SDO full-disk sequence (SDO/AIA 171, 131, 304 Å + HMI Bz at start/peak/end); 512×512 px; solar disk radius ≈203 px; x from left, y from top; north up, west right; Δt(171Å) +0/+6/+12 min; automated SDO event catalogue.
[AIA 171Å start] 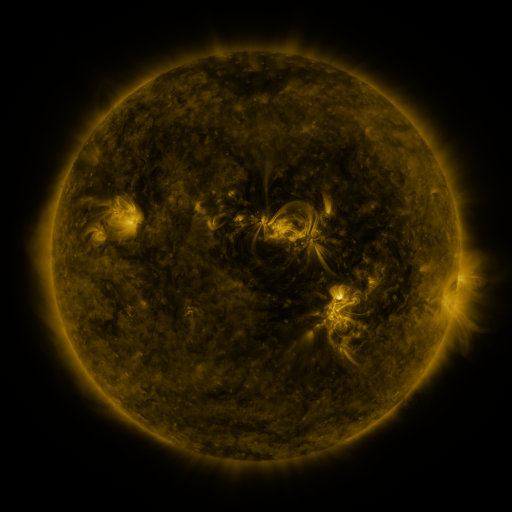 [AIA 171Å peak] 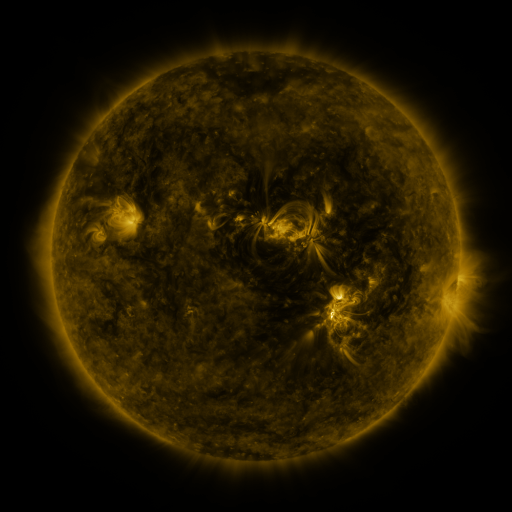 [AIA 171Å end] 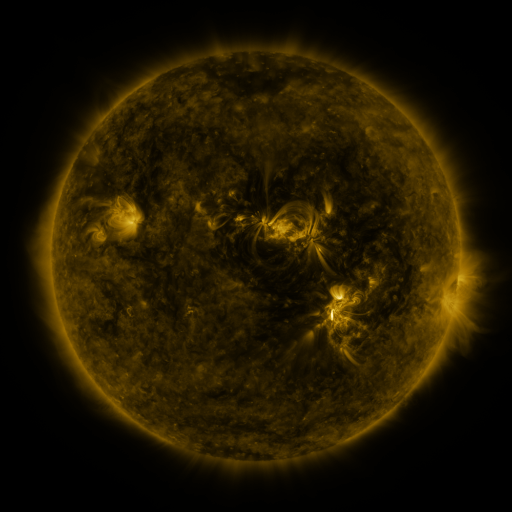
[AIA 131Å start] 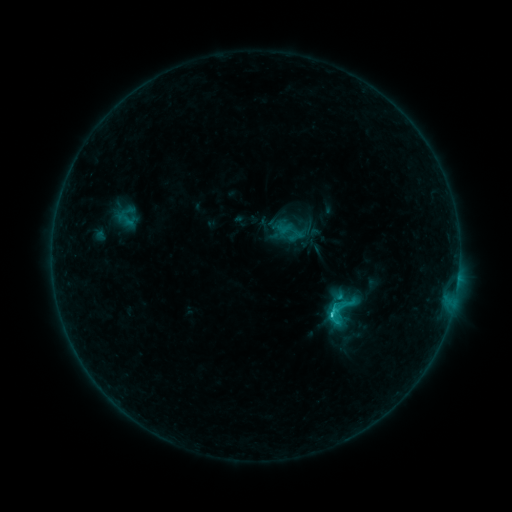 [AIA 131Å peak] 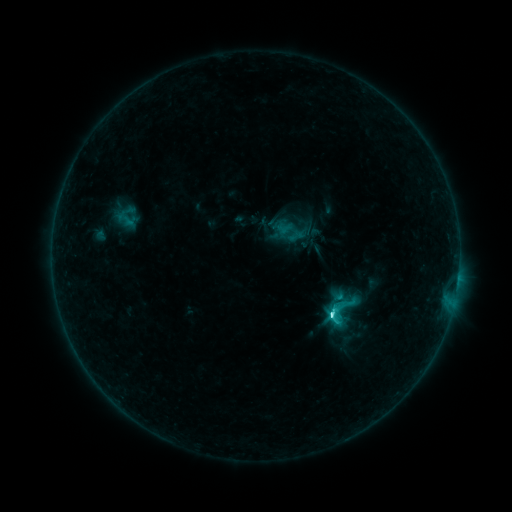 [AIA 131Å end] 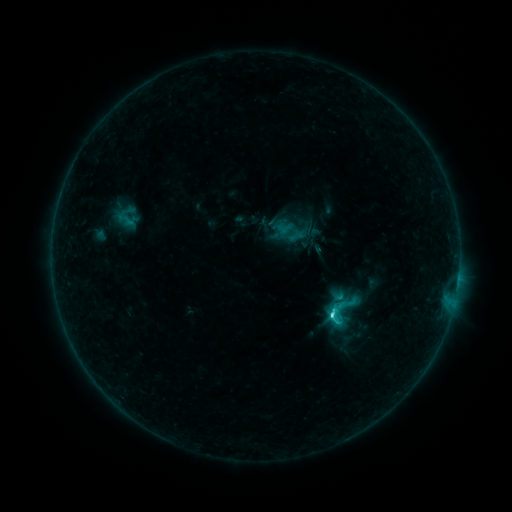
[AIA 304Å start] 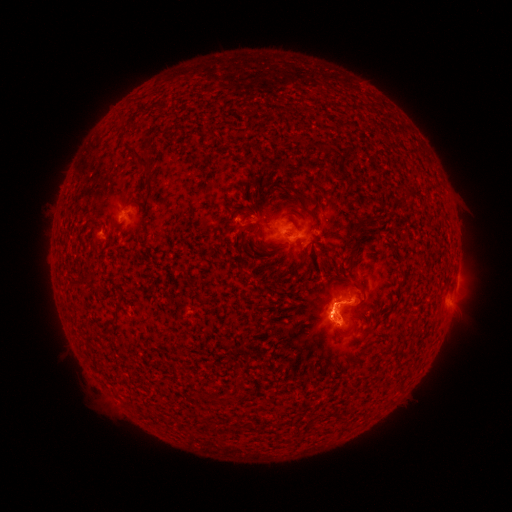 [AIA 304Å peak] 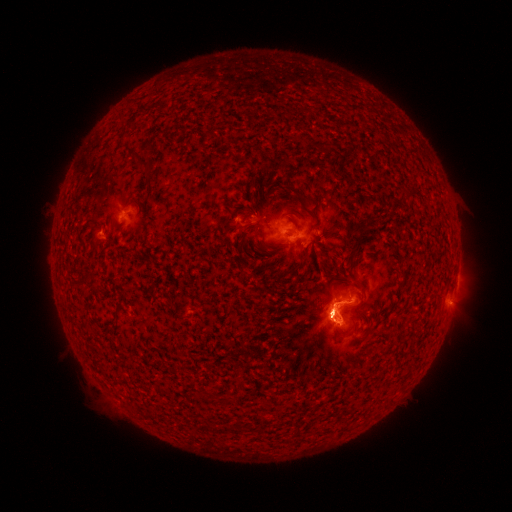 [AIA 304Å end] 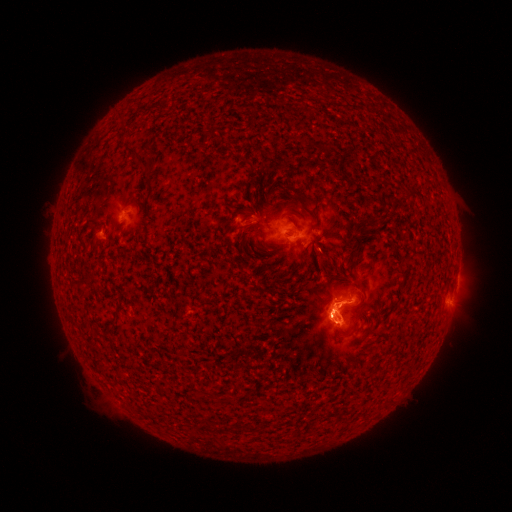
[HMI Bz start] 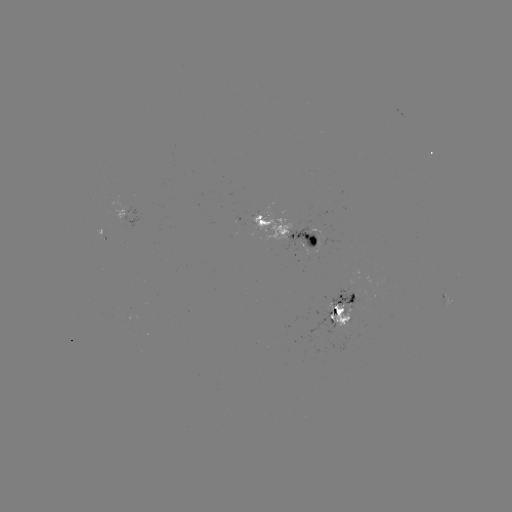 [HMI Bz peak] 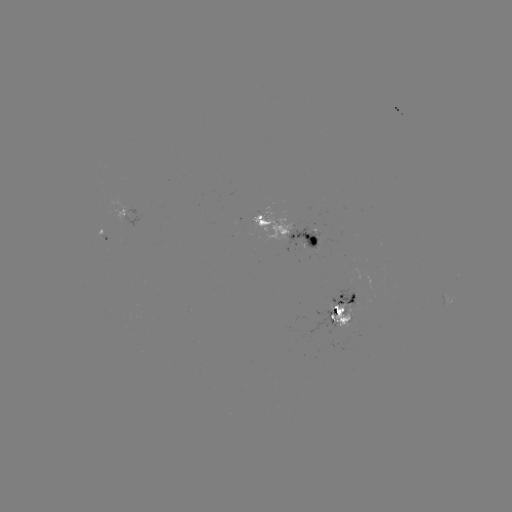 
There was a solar flare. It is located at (331, 314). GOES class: C3.7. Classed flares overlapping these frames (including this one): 1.